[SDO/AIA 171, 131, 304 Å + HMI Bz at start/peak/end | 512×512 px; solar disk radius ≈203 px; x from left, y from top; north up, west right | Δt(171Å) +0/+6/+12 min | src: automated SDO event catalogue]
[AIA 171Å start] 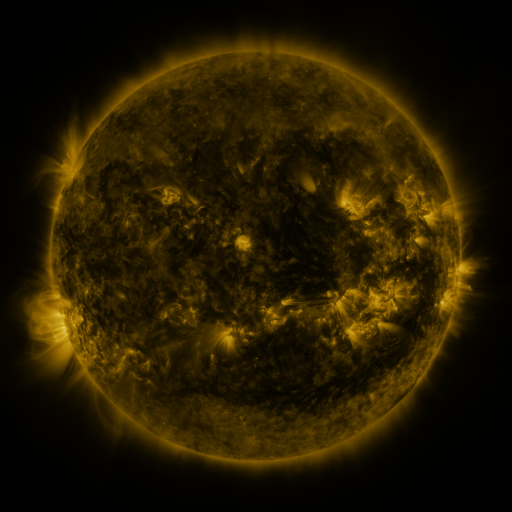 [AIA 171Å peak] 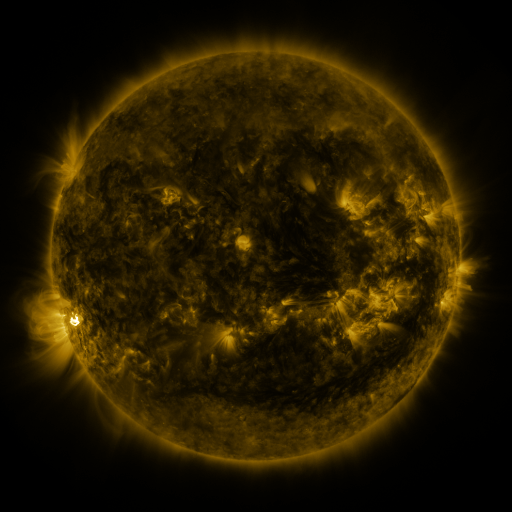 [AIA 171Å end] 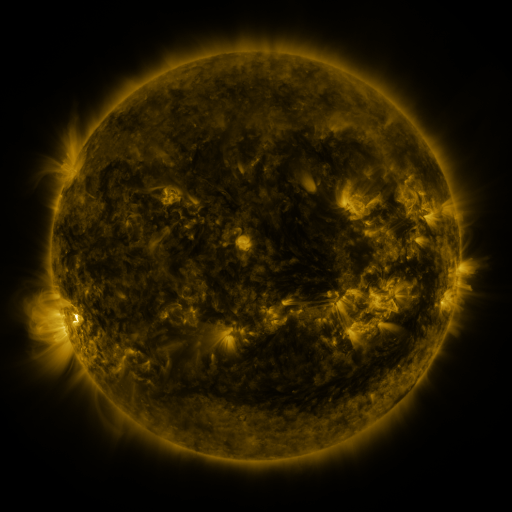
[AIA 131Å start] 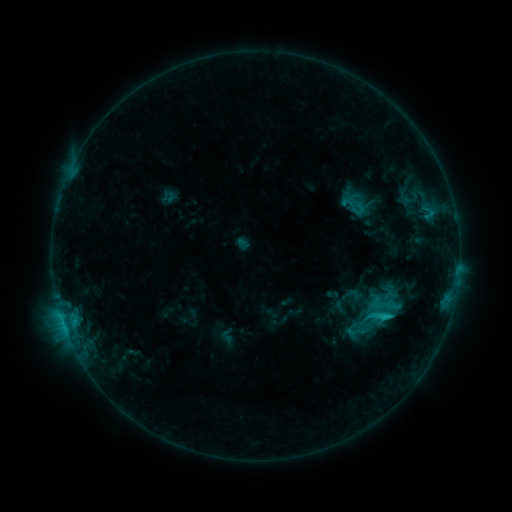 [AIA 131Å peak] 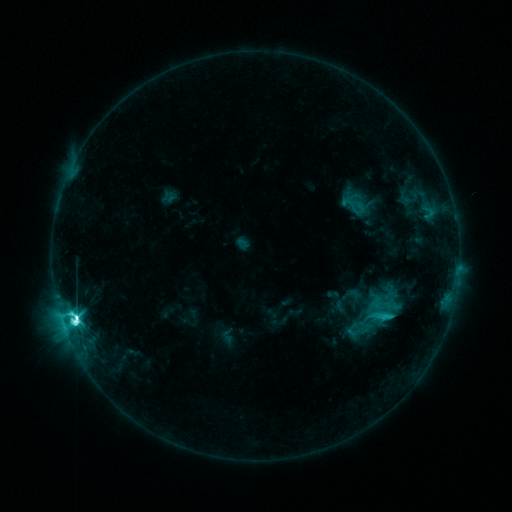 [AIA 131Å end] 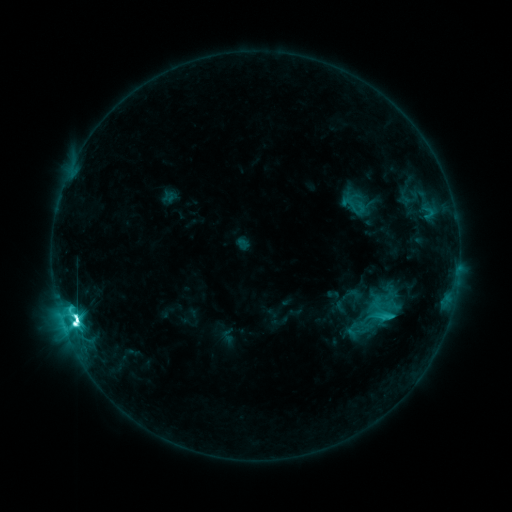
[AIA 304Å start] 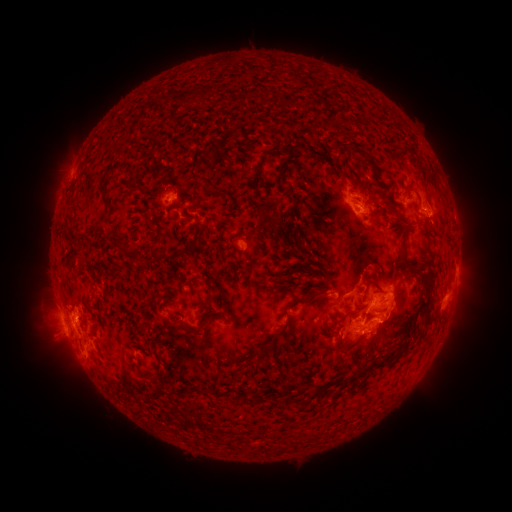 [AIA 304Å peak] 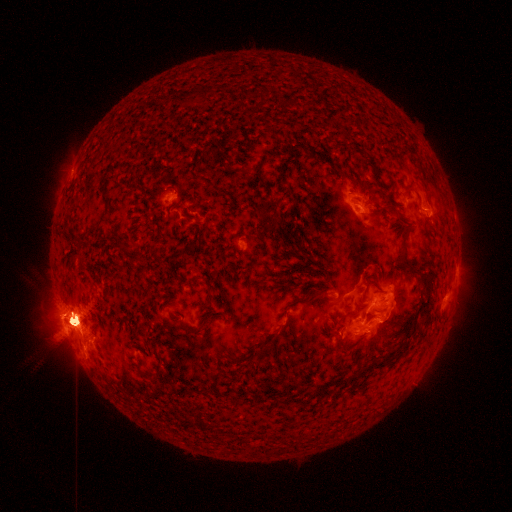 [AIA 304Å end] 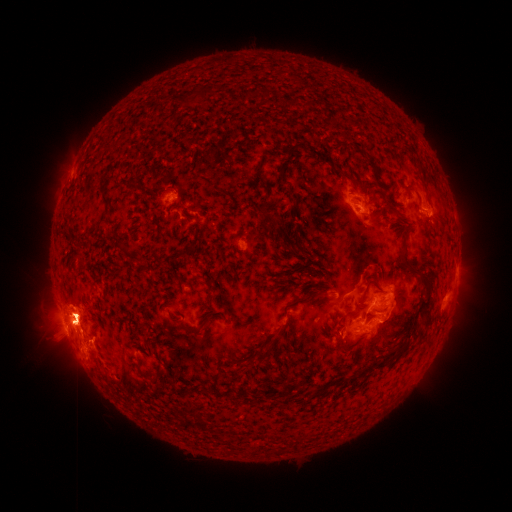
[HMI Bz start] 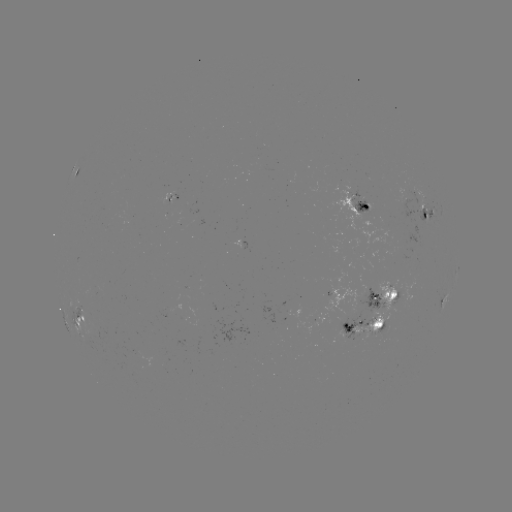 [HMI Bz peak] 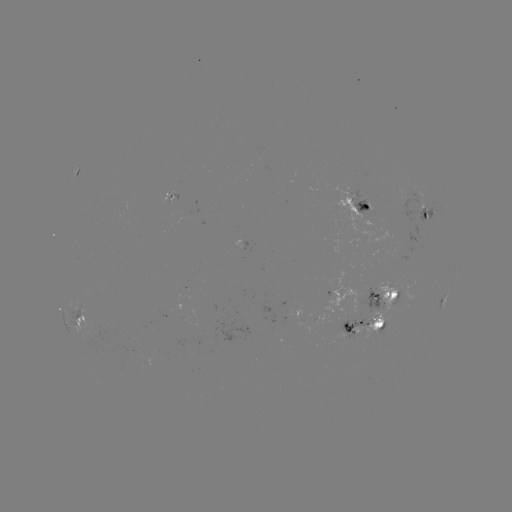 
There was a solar flare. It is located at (76, 319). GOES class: M3.0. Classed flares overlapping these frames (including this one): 1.